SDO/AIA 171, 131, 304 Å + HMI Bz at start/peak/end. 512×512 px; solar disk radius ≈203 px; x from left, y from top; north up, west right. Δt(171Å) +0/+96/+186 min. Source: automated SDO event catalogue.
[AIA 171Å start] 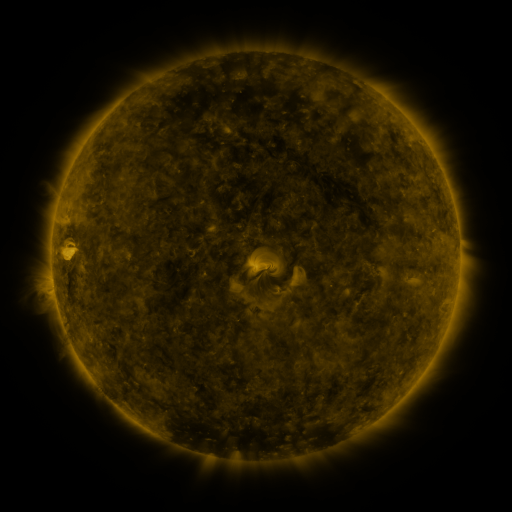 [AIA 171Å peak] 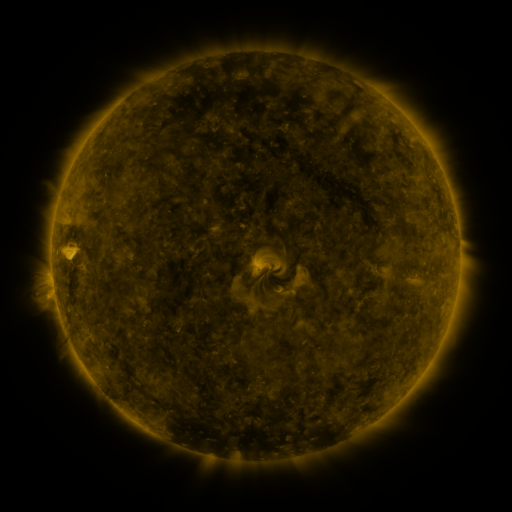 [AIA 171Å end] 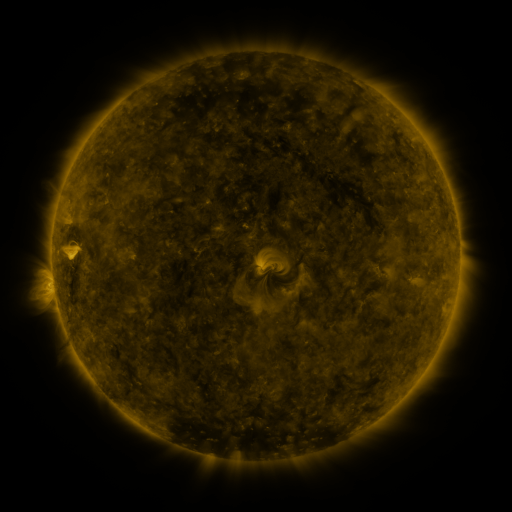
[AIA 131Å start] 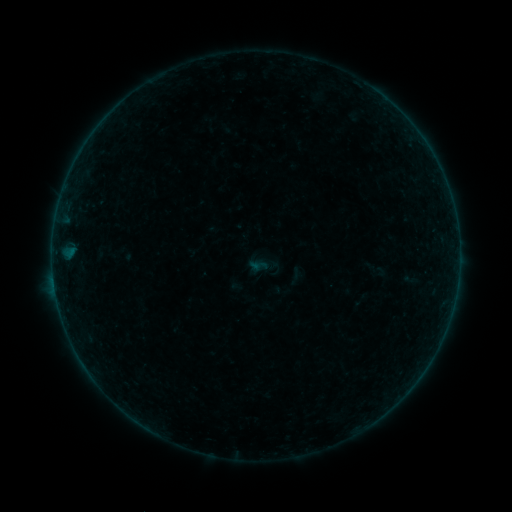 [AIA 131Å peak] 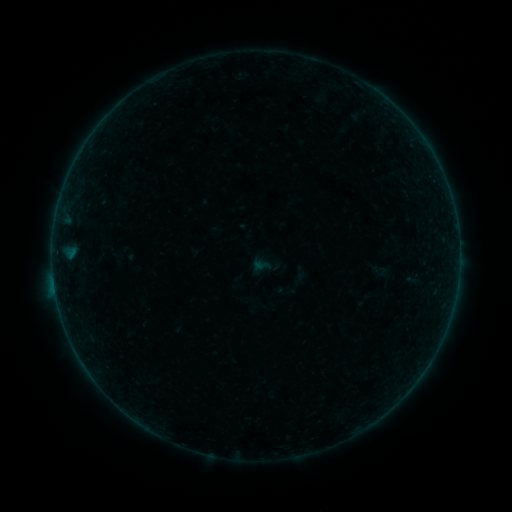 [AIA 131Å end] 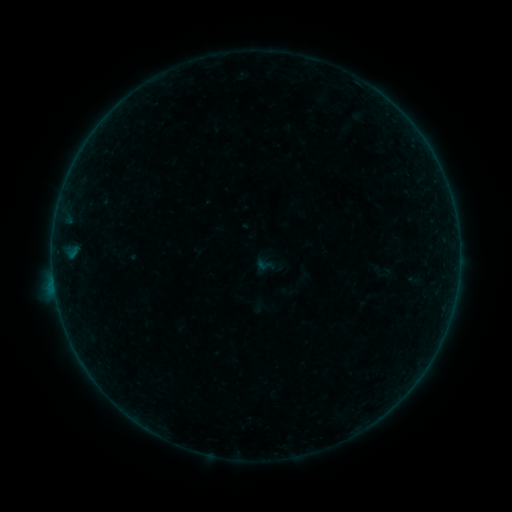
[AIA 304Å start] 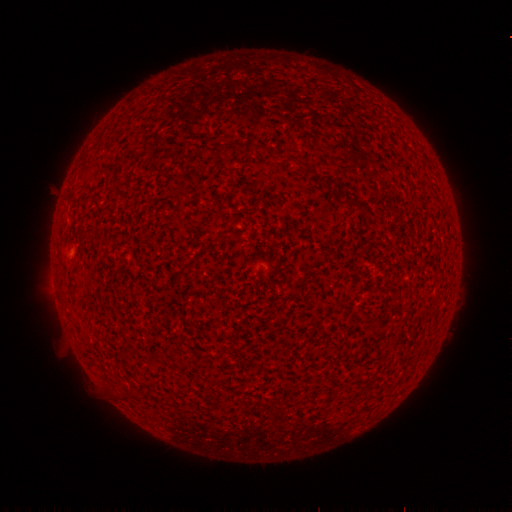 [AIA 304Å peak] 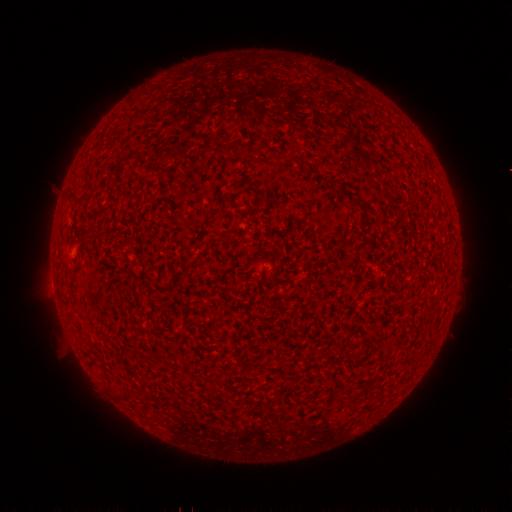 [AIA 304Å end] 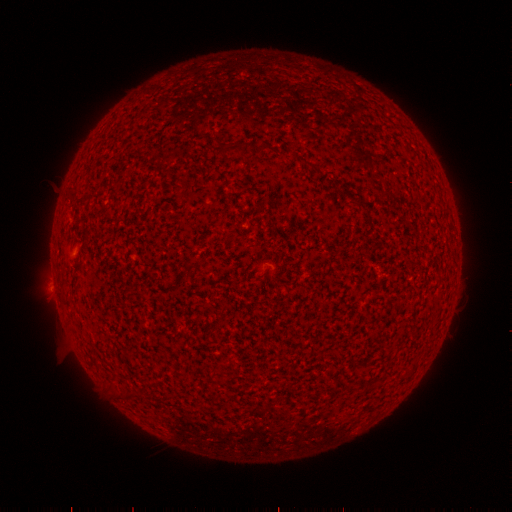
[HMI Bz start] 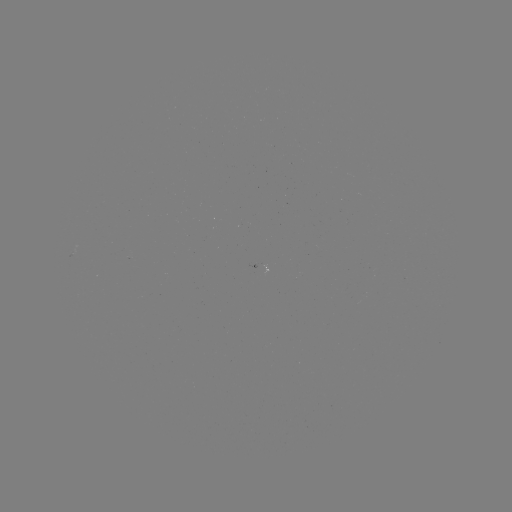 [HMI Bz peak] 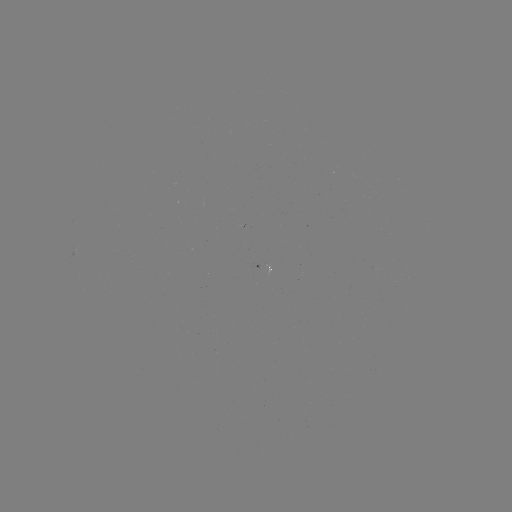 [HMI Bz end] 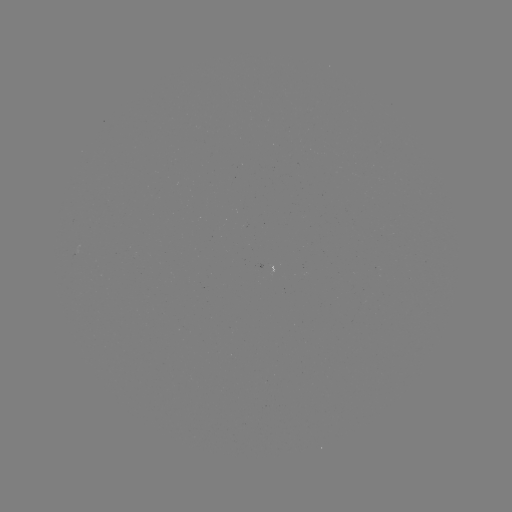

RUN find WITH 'B1.1 flare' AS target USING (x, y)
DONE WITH (55, 287) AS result